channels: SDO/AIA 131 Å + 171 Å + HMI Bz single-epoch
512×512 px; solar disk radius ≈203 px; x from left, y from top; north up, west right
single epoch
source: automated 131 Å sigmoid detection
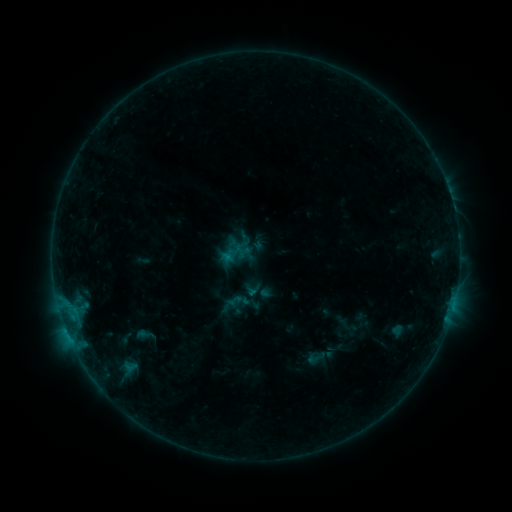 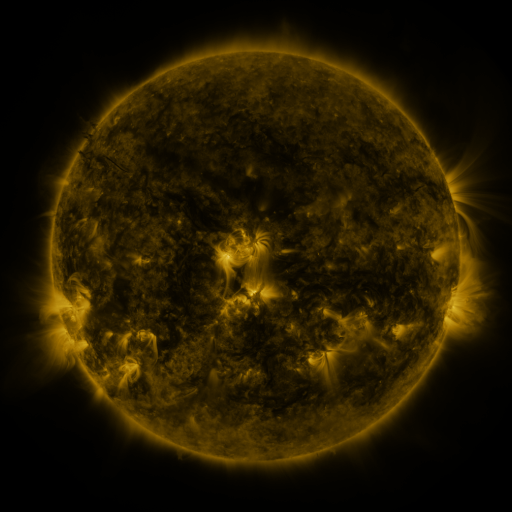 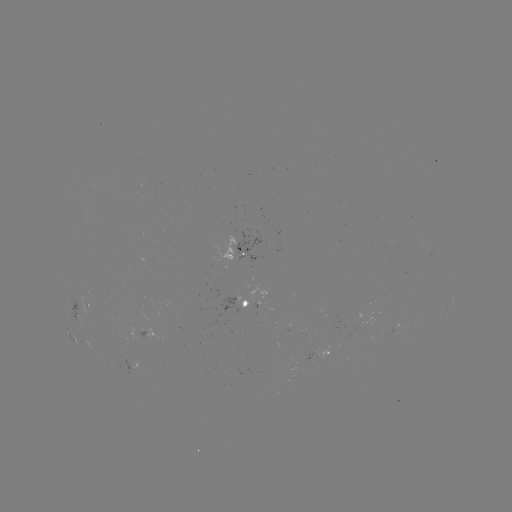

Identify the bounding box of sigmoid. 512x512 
[241, 278, 263, 299].